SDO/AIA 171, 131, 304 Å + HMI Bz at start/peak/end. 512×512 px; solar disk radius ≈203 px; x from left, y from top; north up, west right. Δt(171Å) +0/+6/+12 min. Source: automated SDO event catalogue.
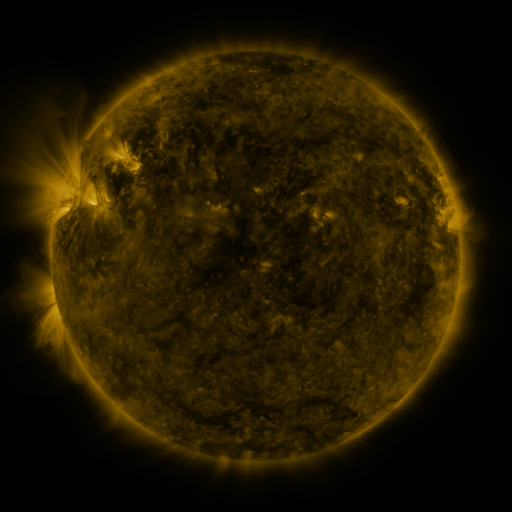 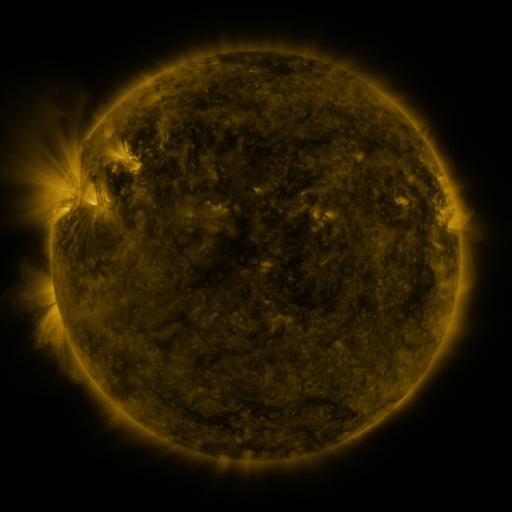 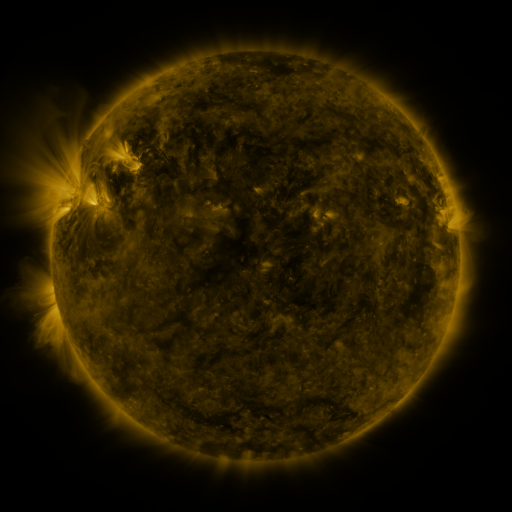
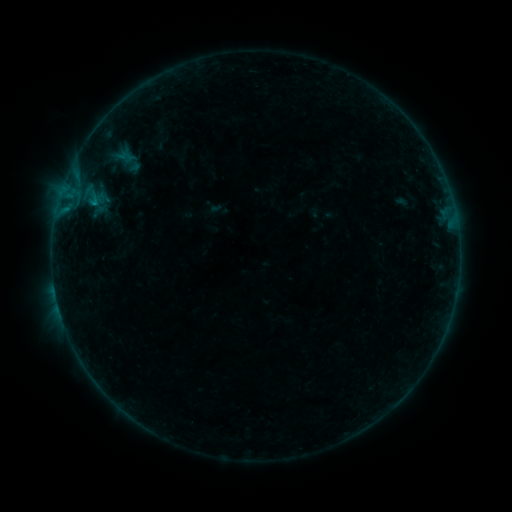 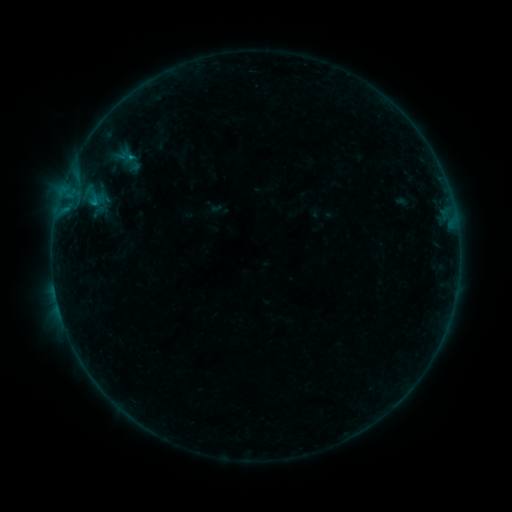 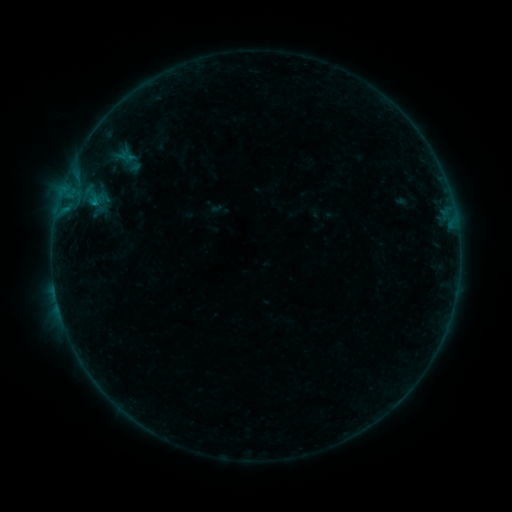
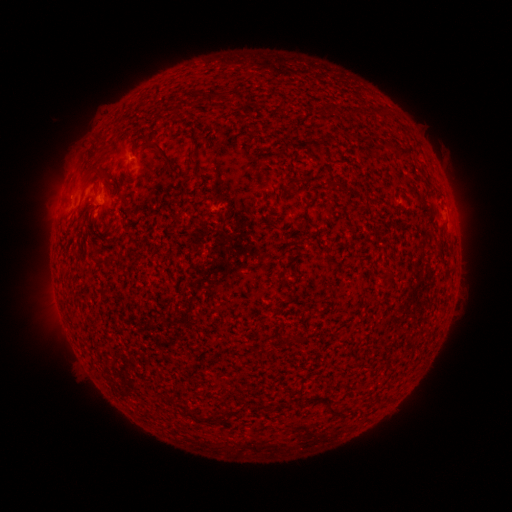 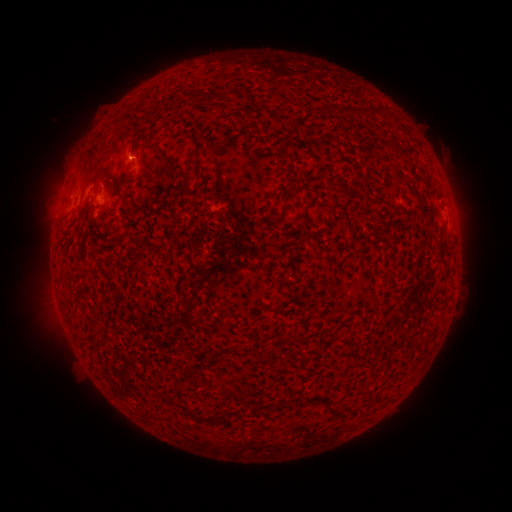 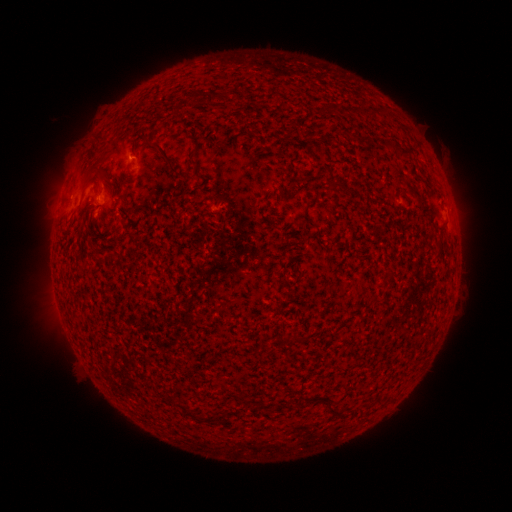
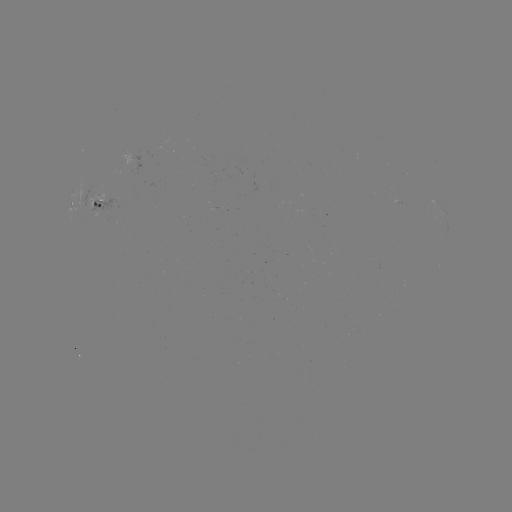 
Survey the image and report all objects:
B1.9 flare: (132, 157)
